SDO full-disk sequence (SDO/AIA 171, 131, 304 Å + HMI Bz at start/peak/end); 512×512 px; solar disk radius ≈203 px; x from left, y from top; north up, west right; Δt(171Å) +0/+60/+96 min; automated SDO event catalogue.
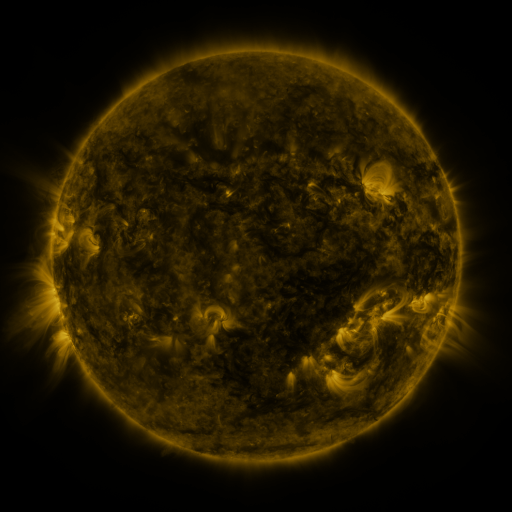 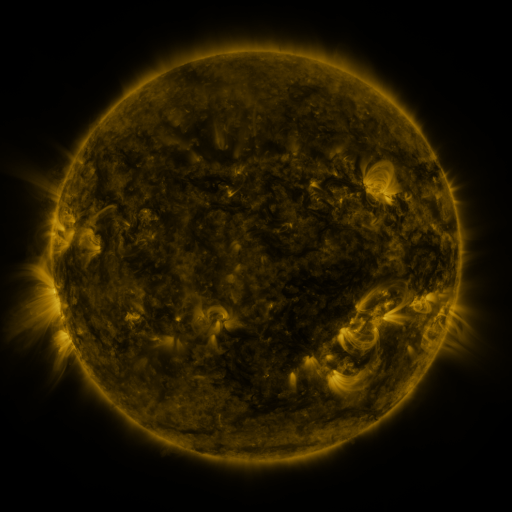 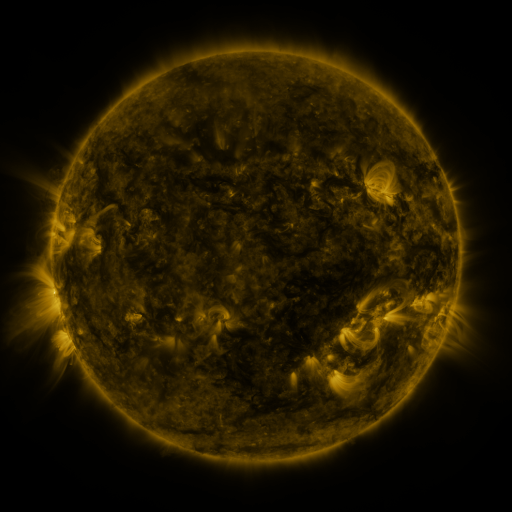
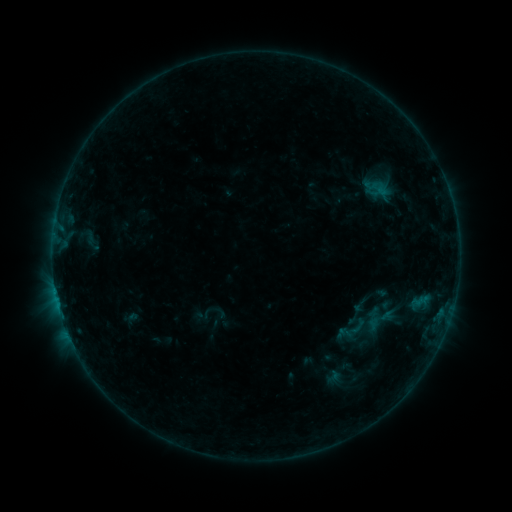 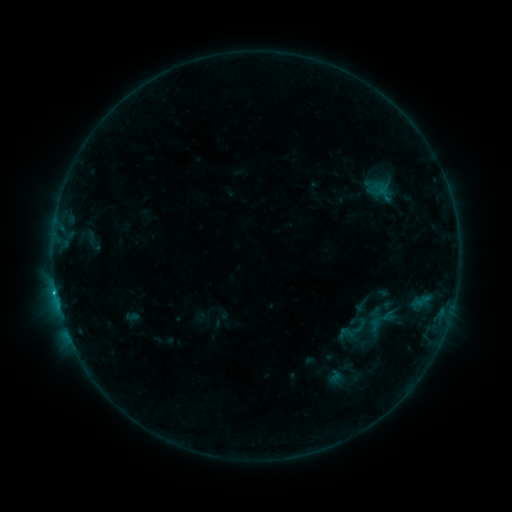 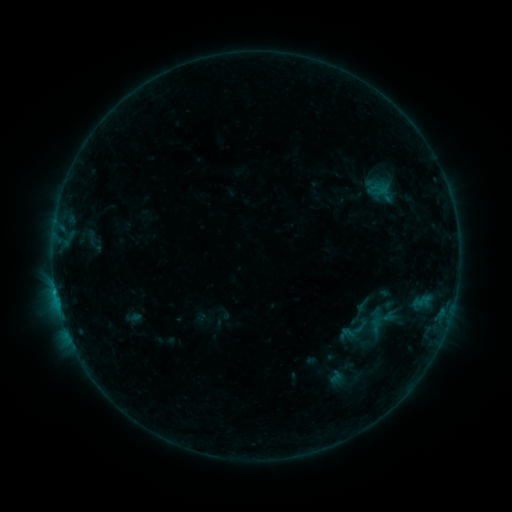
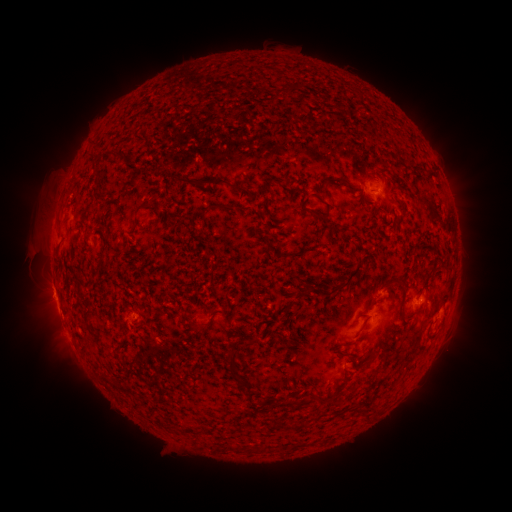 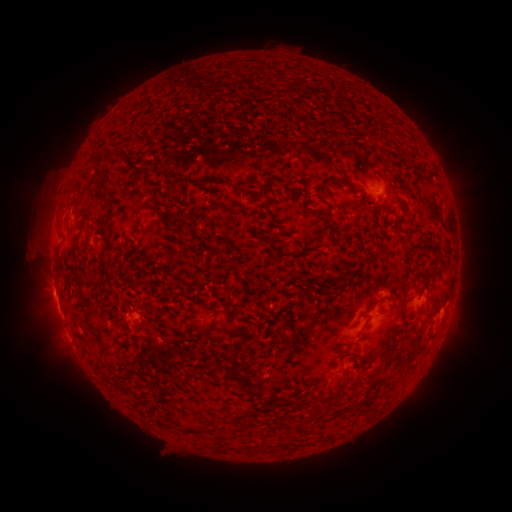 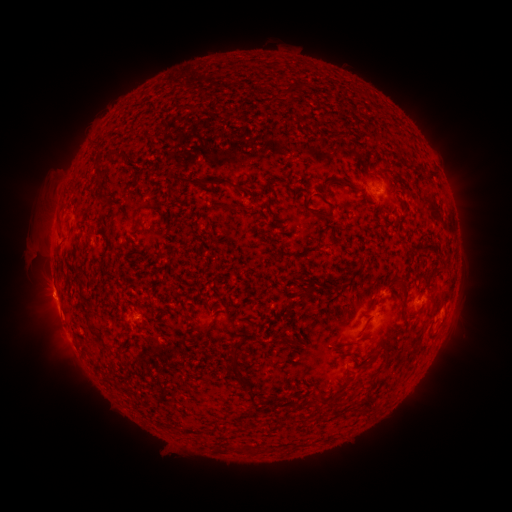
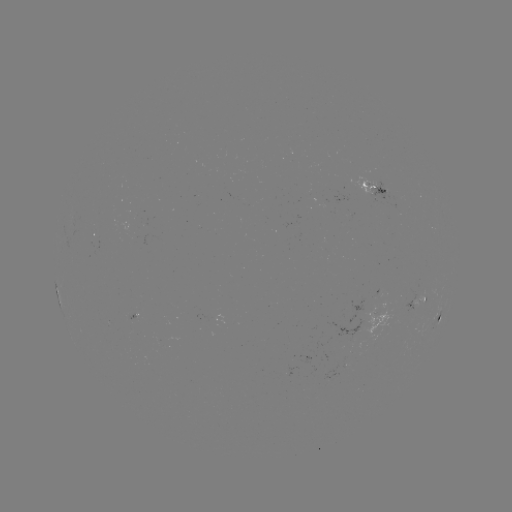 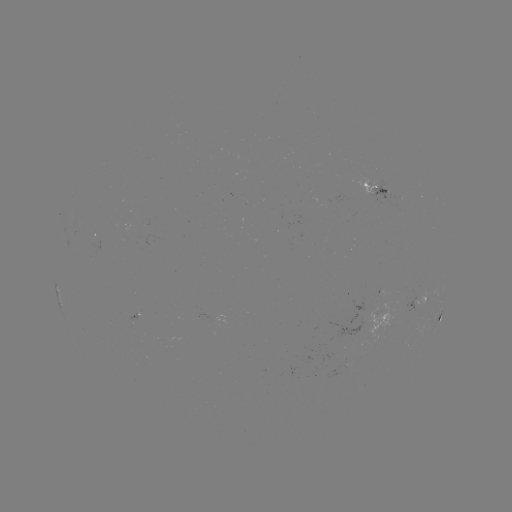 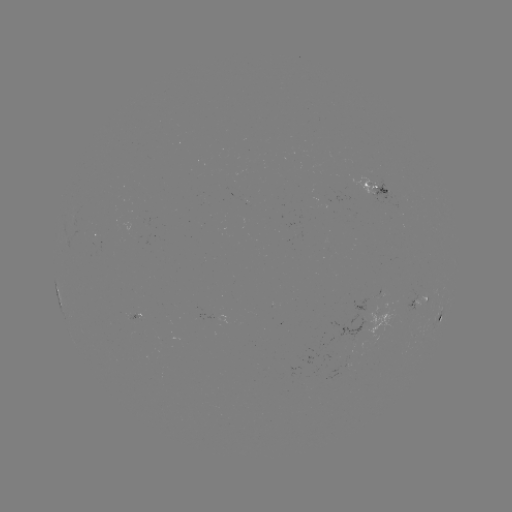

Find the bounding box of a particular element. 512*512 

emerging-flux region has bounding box [366, 181, 377, 185].